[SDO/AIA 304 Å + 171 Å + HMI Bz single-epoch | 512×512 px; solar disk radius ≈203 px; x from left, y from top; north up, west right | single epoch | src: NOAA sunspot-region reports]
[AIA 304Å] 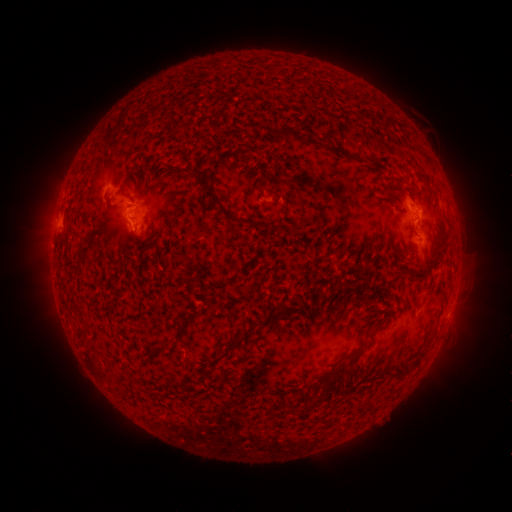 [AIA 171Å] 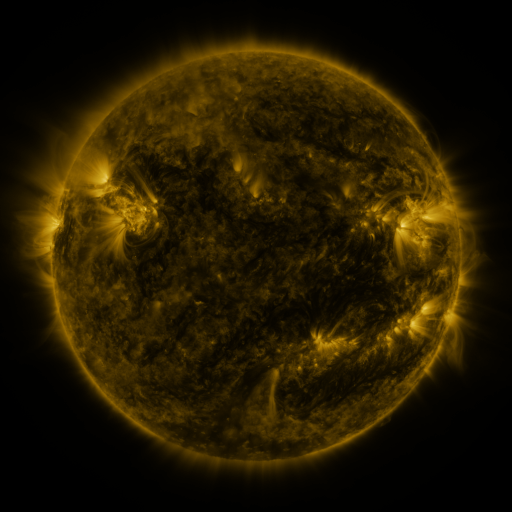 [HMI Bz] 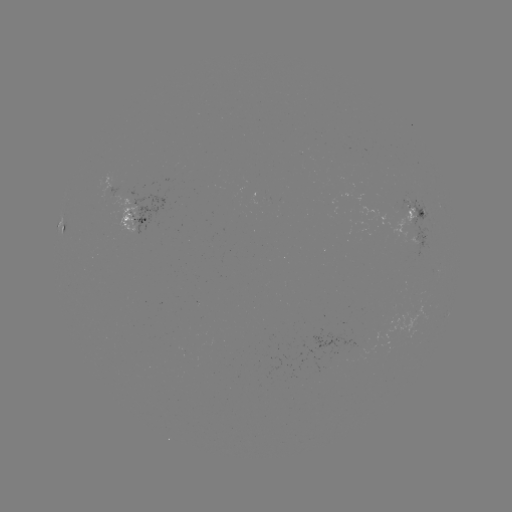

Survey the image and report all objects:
spotted active region: (414, 214)
spotted active region: (138, 222)
spotted active region: (64, 226)
spotted active region: (417, 238)
